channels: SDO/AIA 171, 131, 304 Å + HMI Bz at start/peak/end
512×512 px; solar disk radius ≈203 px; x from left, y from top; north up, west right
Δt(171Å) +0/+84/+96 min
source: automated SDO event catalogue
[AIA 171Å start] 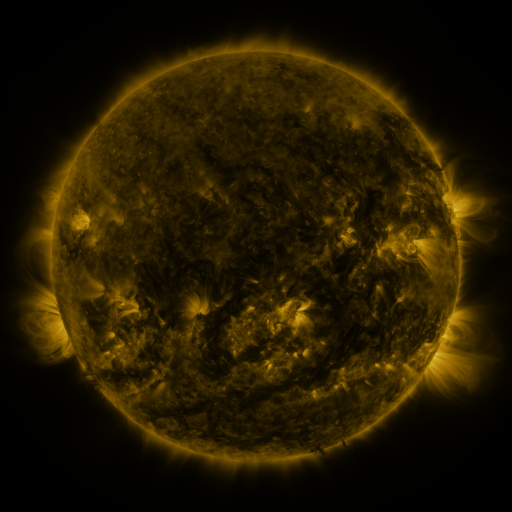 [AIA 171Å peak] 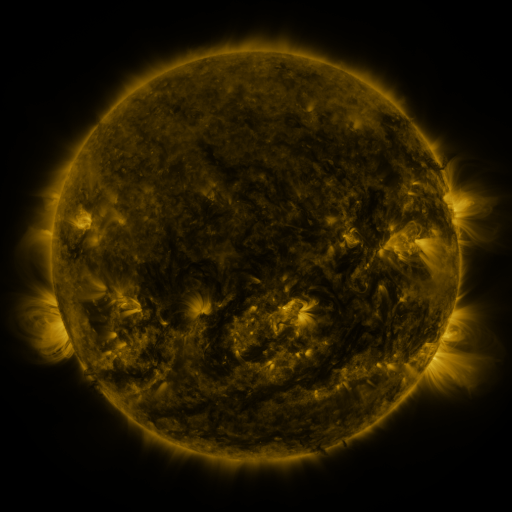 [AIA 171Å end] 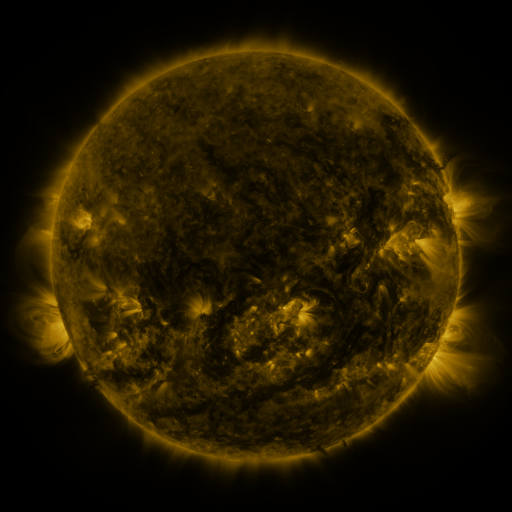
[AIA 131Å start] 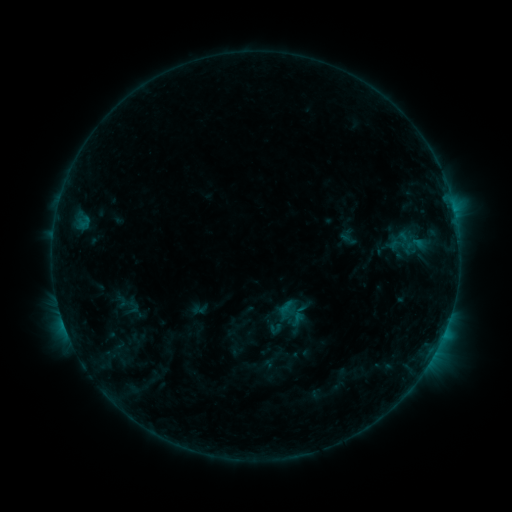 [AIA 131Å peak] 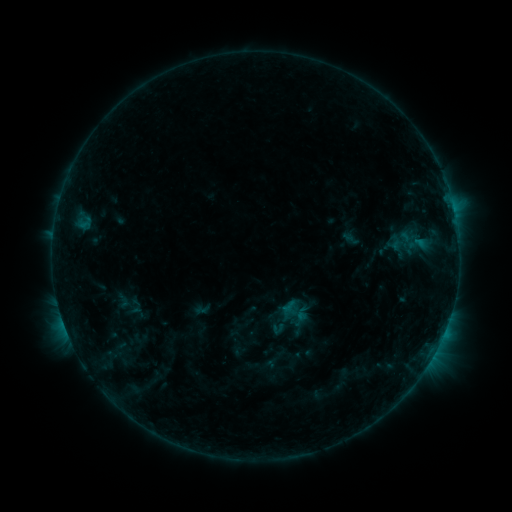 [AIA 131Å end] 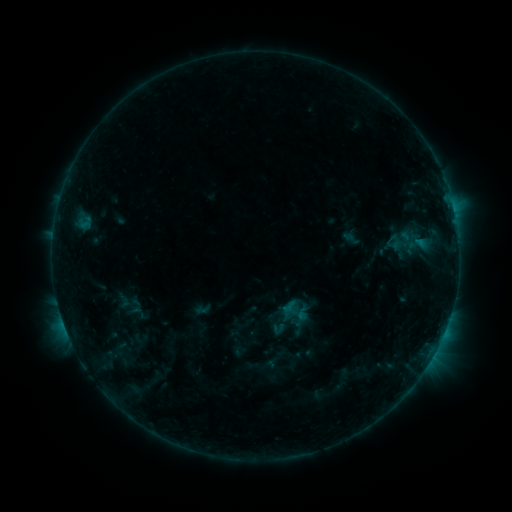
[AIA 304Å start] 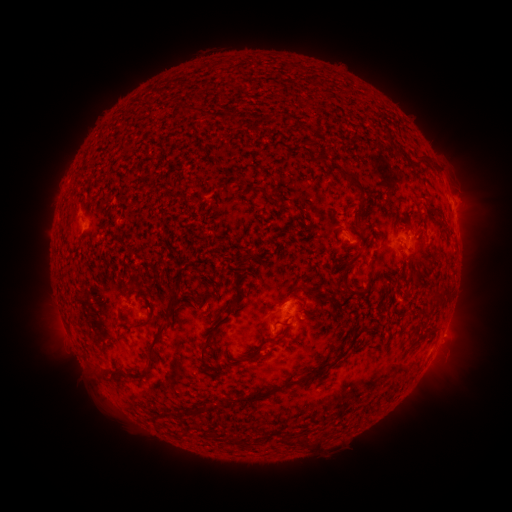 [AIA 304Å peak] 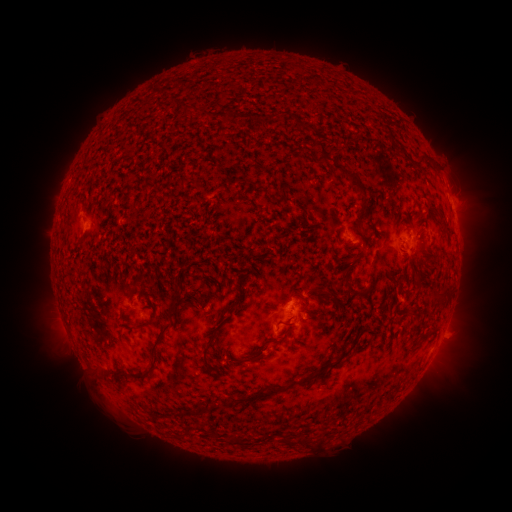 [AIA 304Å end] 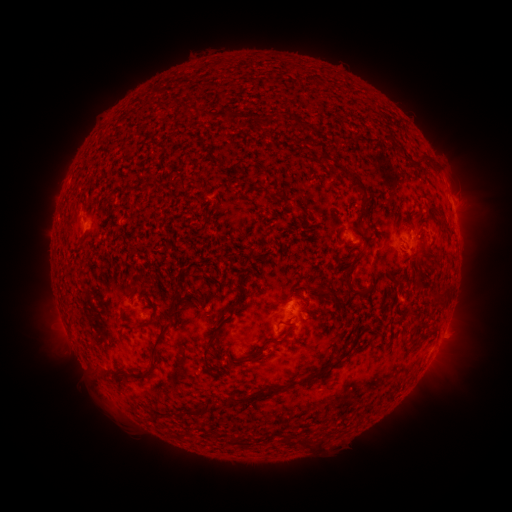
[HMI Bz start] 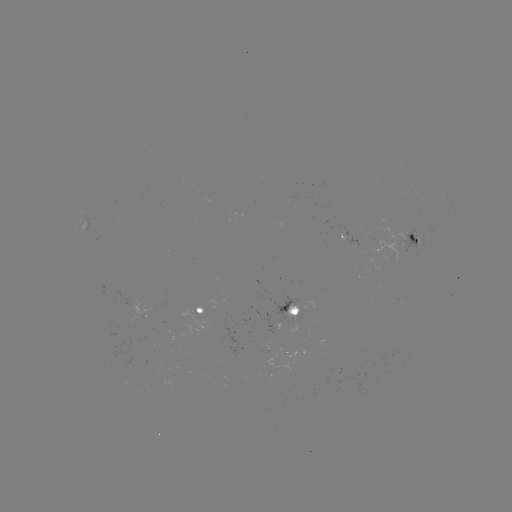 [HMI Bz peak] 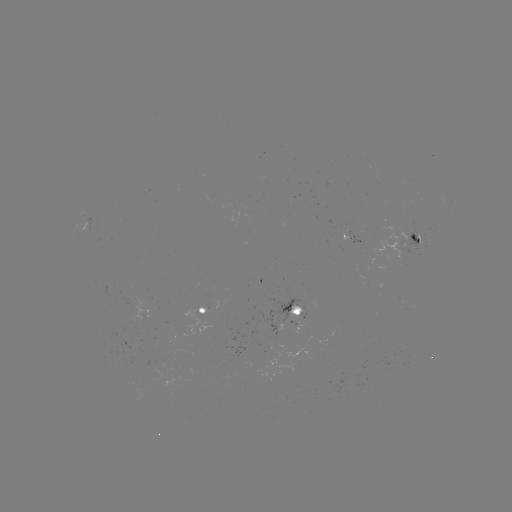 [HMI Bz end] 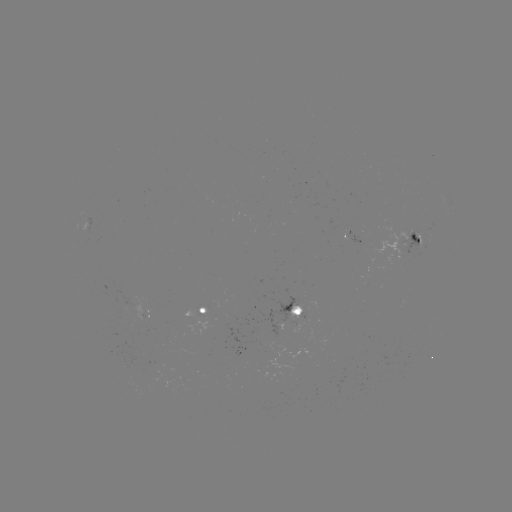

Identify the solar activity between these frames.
emerging-flux region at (417, 238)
